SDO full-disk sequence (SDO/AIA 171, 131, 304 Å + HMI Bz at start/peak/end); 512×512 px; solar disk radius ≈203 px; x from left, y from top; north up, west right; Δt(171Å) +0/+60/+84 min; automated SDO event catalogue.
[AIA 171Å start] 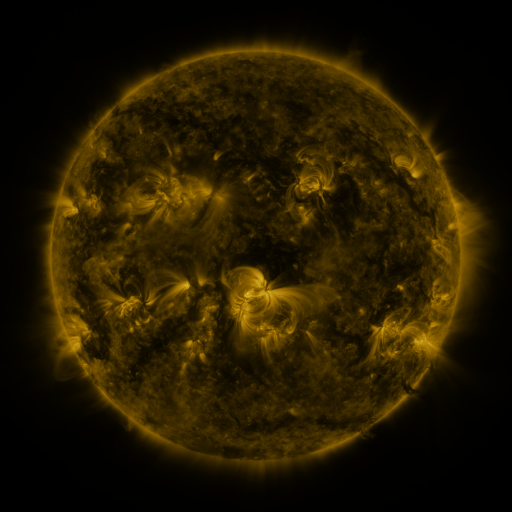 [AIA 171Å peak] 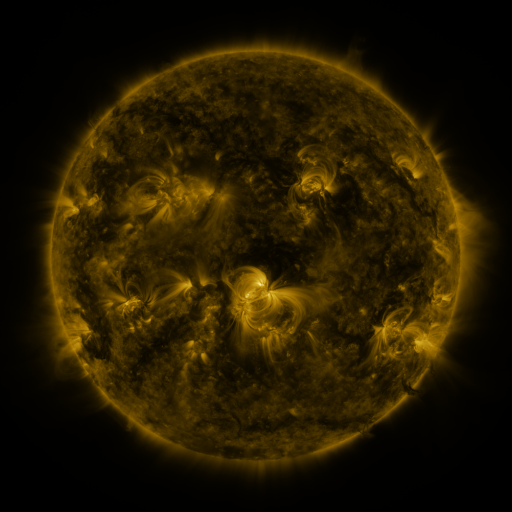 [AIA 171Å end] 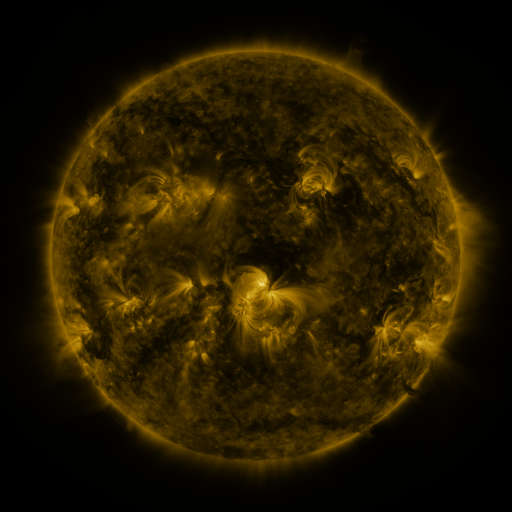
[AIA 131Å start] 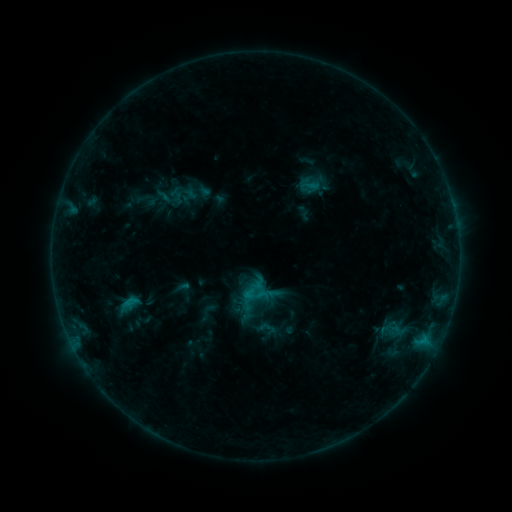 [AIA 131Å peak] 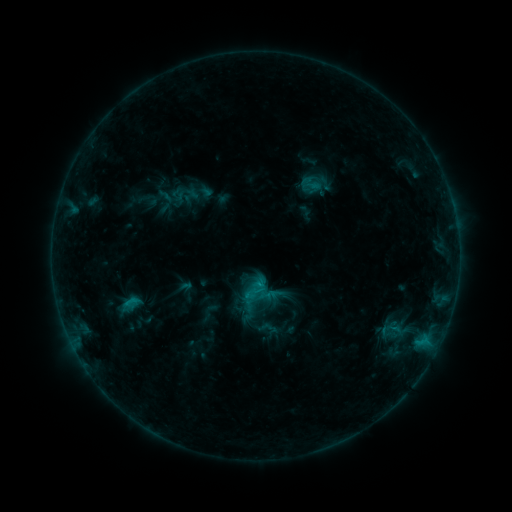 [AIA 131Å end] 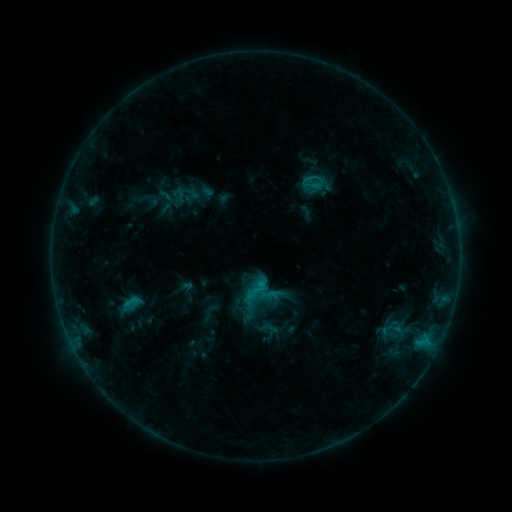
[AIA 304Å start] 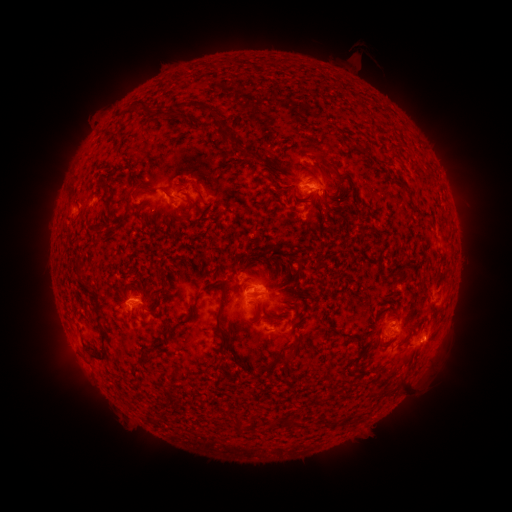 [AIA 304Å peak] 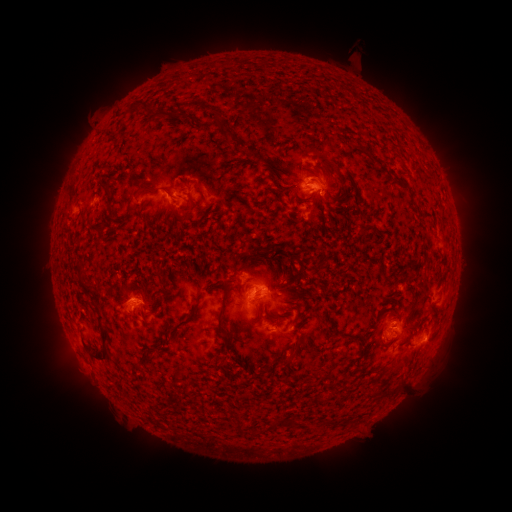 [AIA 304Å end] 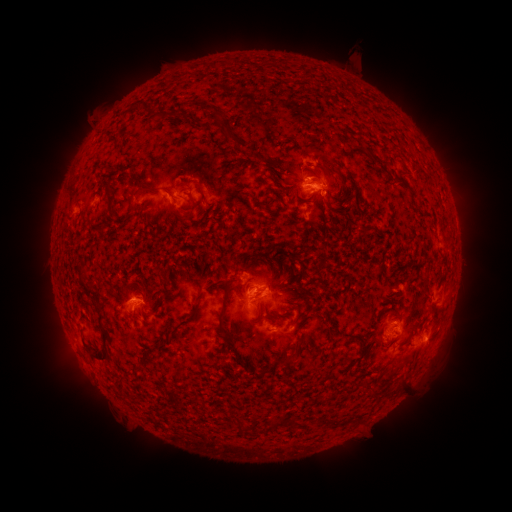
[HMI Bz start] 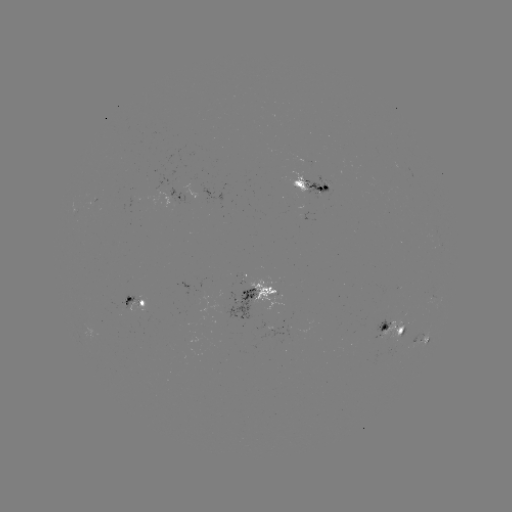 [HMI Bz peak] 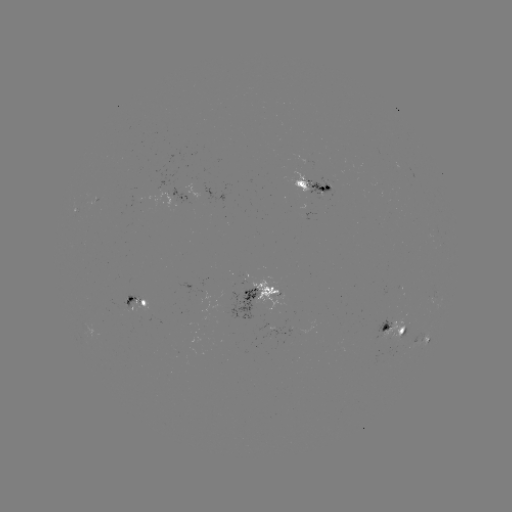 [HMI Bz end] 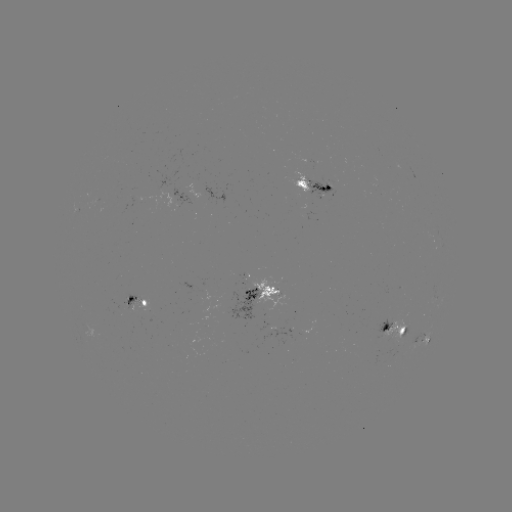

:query emerging-flux region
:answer (247, 288)